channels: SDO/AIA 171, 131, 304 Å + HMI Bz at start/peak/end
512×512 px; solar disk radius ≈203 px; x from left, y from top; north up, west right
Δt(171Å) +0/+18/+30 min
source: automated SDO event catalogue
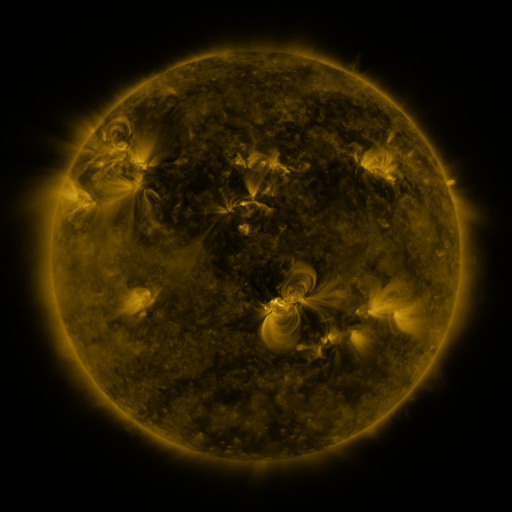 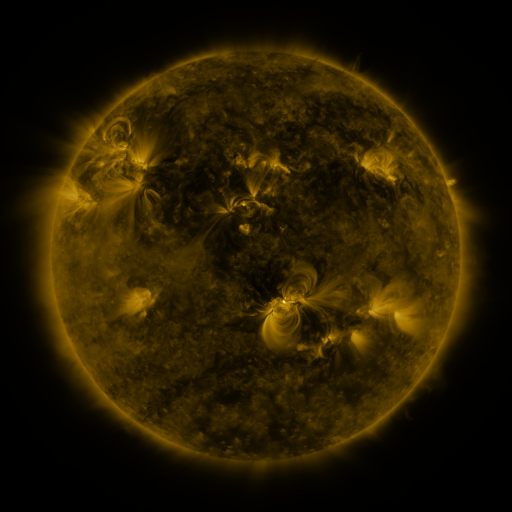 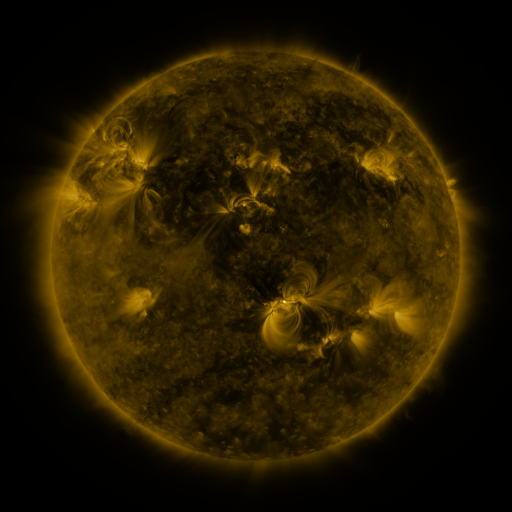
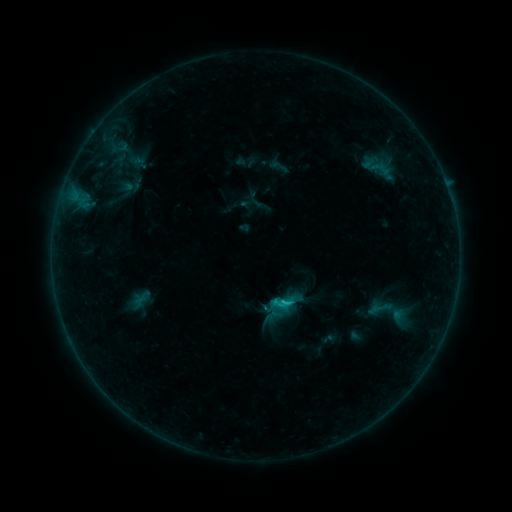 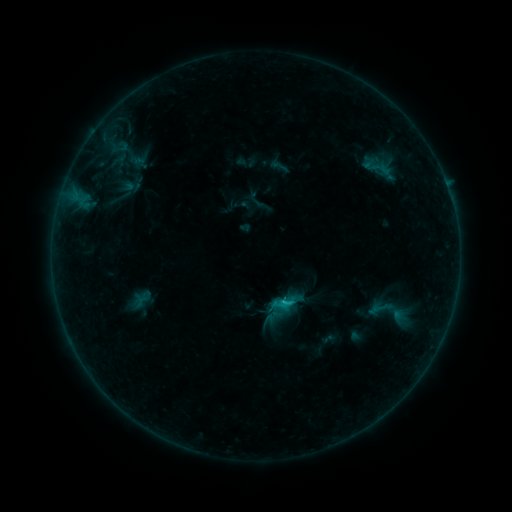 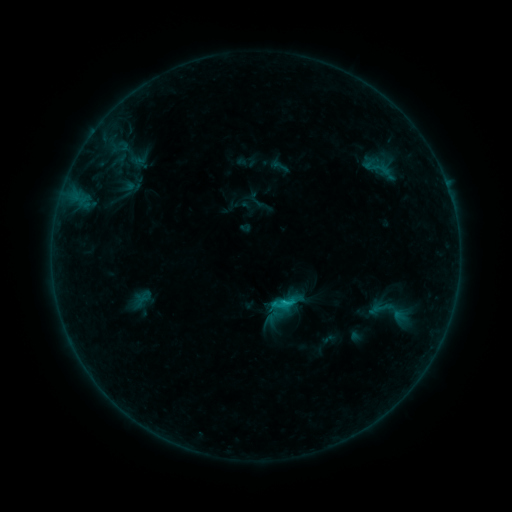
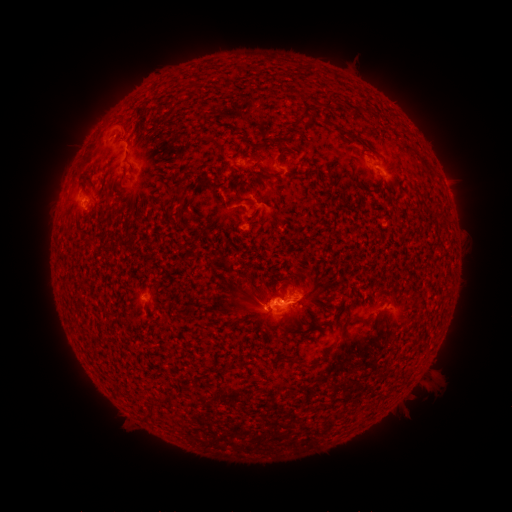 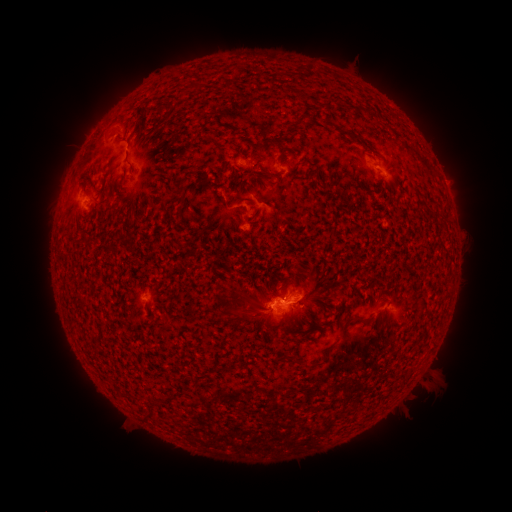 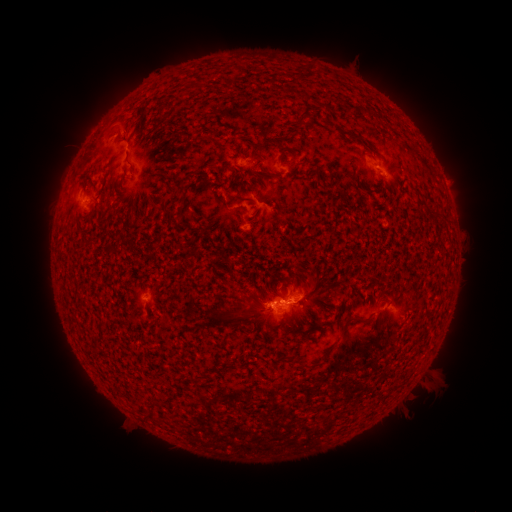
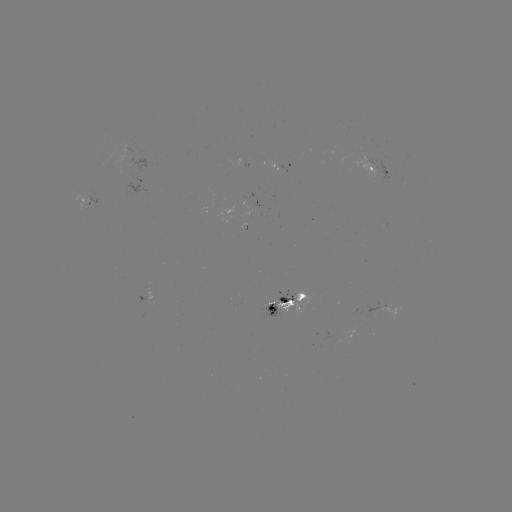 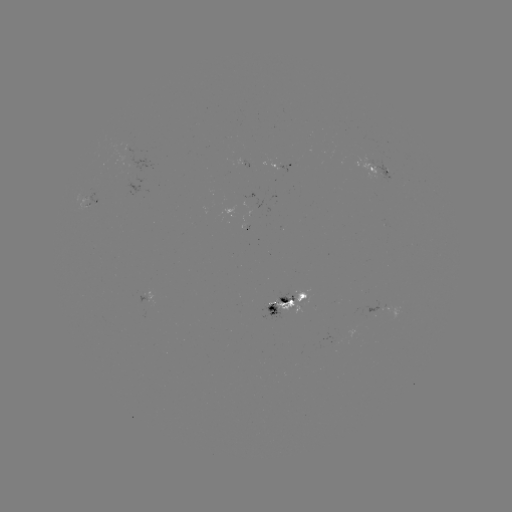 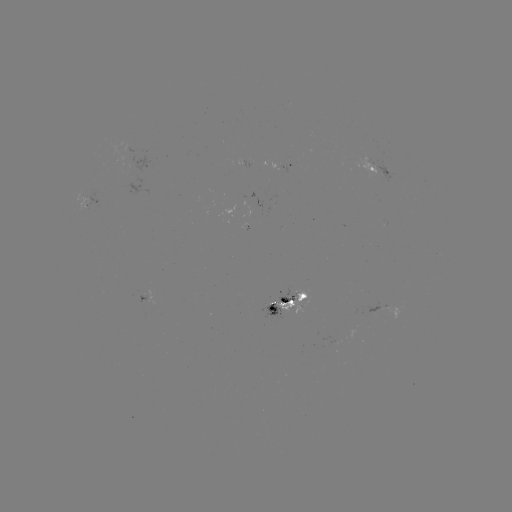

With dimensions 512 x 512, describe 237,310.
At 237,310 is eruption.